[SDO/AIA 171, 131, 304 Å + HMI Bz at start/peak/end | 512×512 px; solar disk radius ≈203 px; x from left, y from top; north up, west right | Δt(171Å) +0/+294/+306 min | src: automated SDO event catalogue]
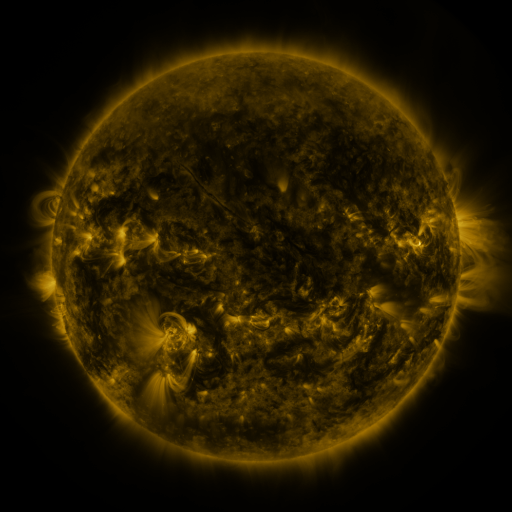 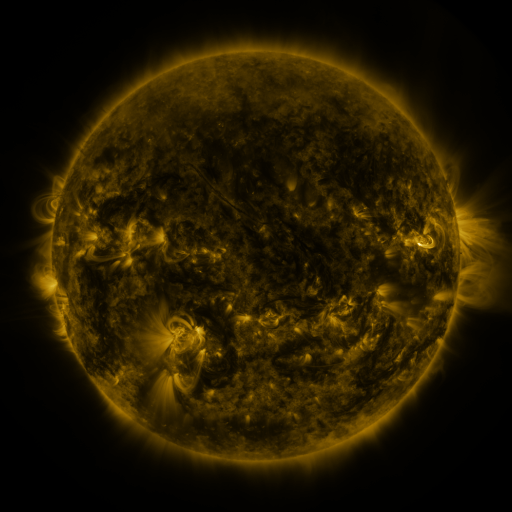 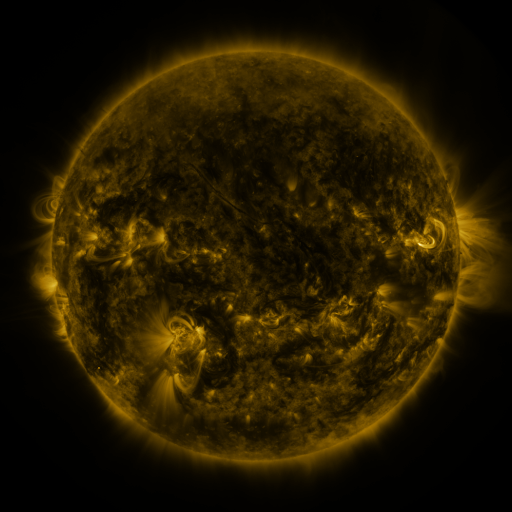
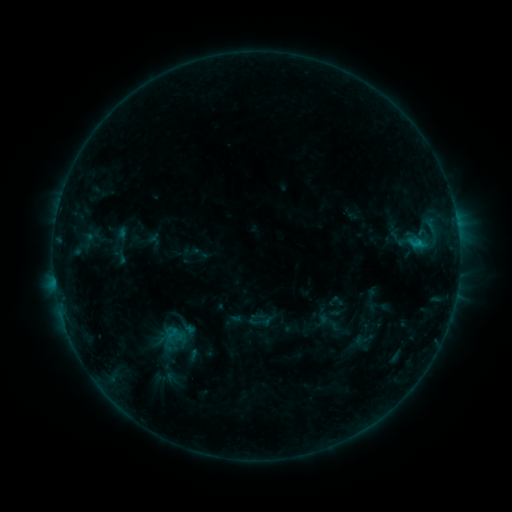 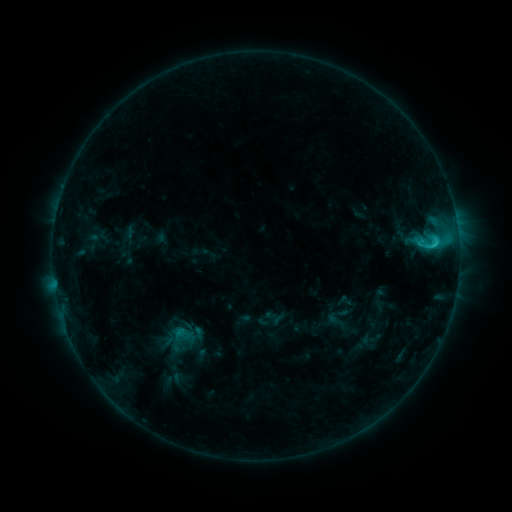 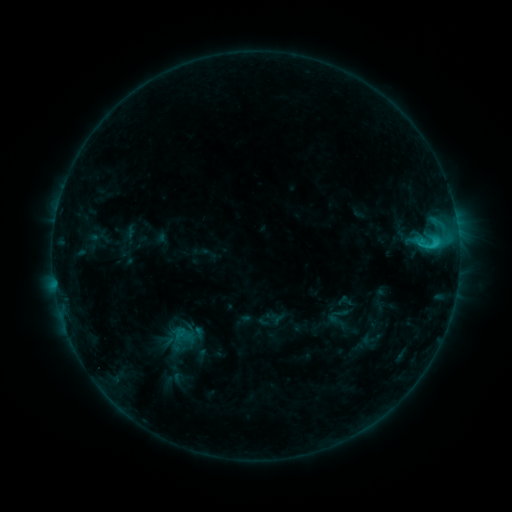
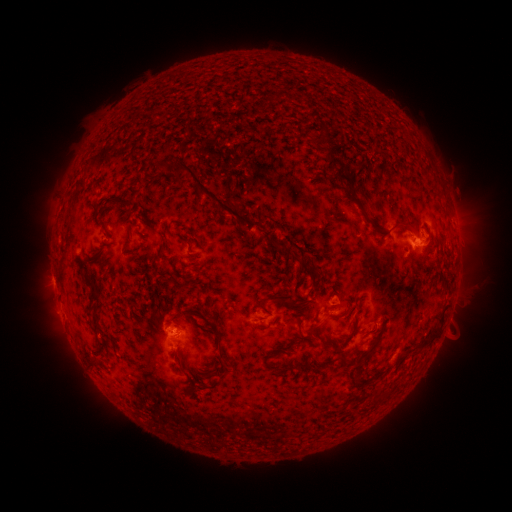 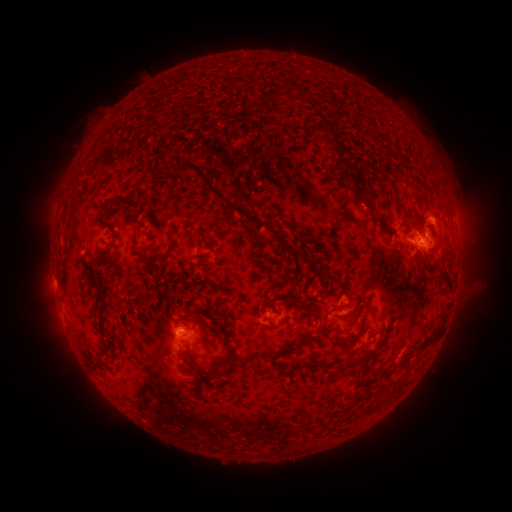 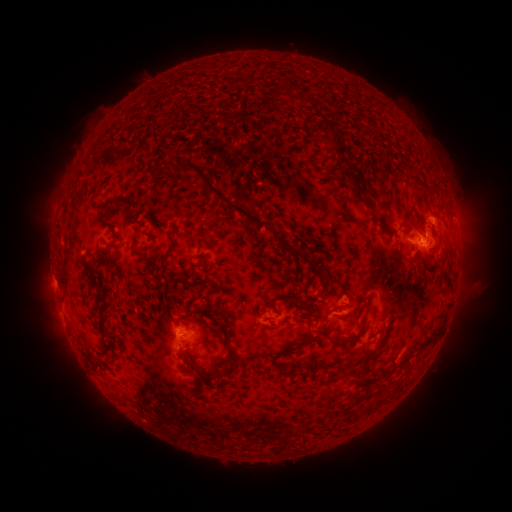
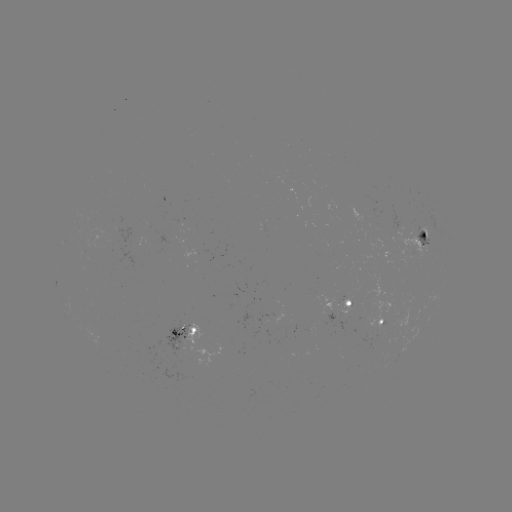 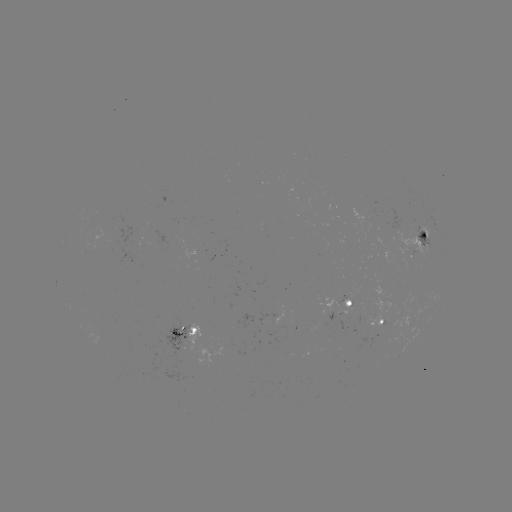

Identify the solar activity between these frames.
emerging-flux region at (411, 246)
